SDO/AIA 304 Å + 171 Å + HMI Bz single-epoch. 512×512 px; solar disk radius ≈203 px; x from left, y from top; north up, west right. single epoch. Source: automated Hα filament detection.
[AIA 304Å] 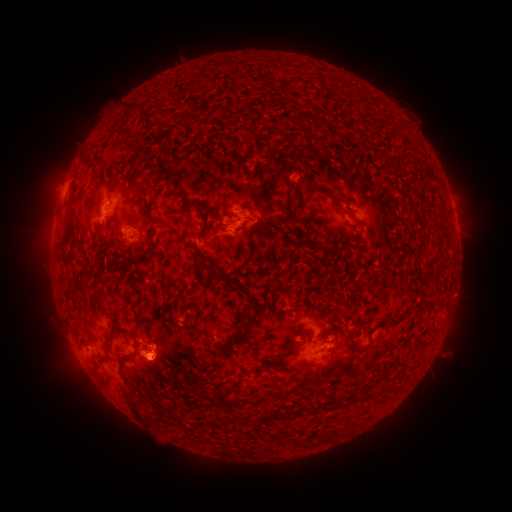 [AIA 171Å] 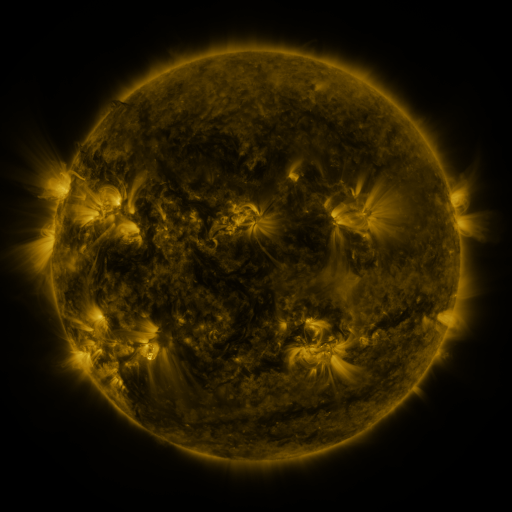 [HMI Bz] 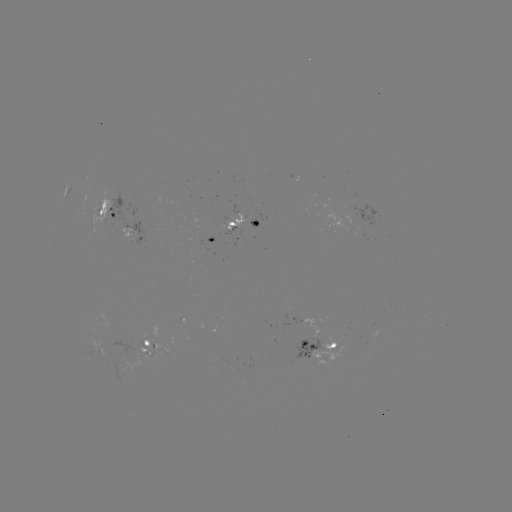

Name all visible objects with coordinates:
filament: (131, 109)
filament: (298, 118)
filament: (92, 161)
filament: (143, 178)
filament: (315, 188)
filament: (185, 204)
filament: (383, 222)
filament: (69, 224)
filament: (152, 226)
filament: (294, 227)
filament: (241, 228)
filament: (199, 233)
filament: (439, 245)
filament: (126, 262)
filament: (214, 269)
filament: (231, 278)
filament: (138, 284)
filament: (303, 310)
filament: (407, 310)
filament: (350, 337)
filament: (238, 340)
filament: (138, 345)
filament: (127, 358)
filament: (136, 408)
filament: (300, 441)
